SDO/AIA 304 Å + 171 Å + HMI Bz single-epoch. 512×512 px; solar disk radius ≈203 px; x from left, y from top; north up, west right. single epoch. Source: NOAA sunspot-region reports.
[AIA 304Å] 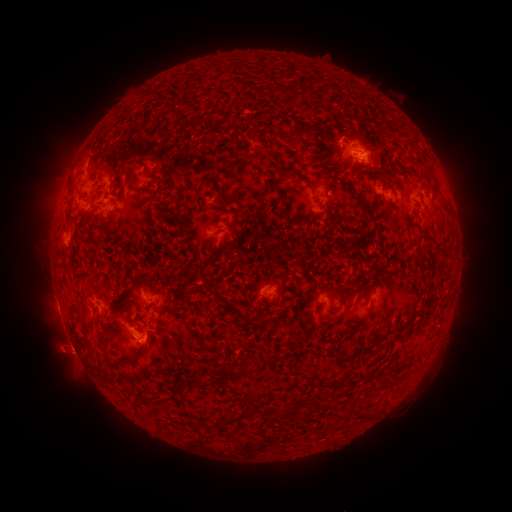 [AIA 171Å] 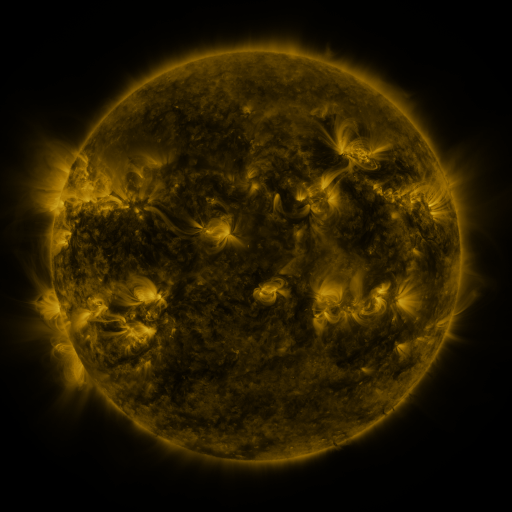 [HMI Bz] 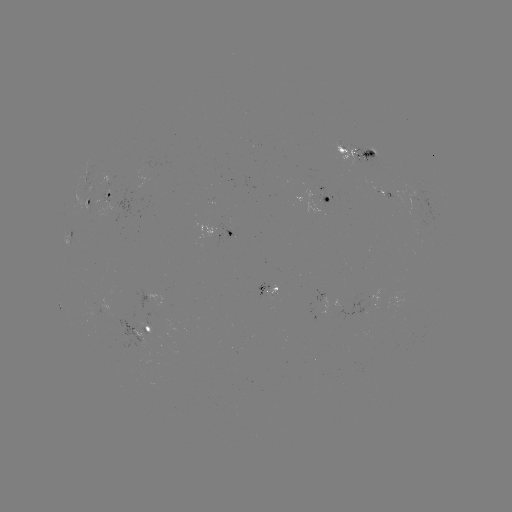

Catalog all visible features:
spotted active region: (359, 151)
spotted active region: (109, 198)
spotted active region: (327, 199)
spotted active region: (89, 203)
spotted active region: (231, 226)
spotted active region: (273, 290)
spotted active region: (151, 329)
